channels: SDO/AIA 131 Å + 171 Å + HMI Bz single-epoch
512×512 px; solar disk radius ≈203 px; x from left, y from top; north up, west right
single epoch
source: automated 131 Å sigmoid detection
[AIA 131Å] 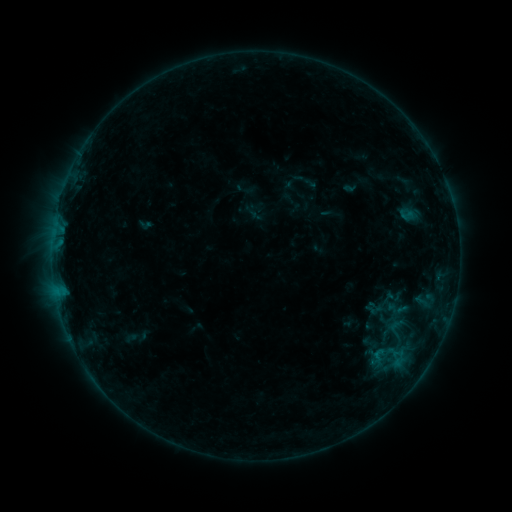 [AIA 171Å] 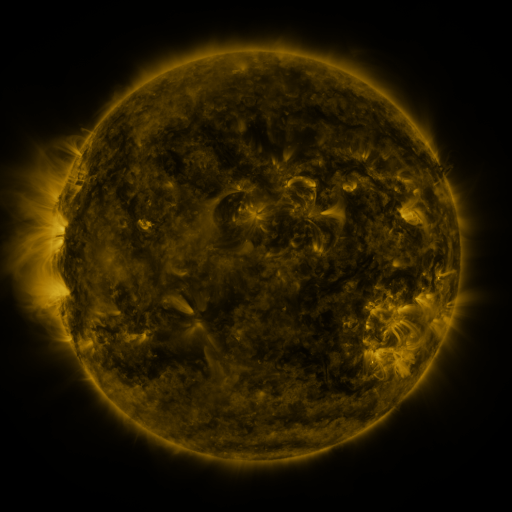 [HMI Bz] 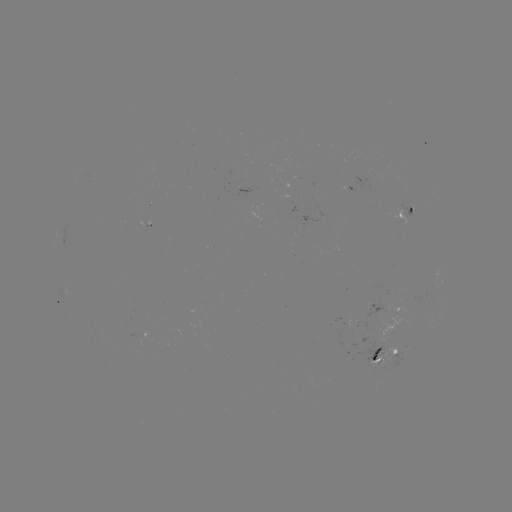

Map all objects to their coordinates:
sigmoid: <bbox>396, 207, 417, 223</bbox>
sigmoid: <bbox>370, 347, 387, 363</bbox>
